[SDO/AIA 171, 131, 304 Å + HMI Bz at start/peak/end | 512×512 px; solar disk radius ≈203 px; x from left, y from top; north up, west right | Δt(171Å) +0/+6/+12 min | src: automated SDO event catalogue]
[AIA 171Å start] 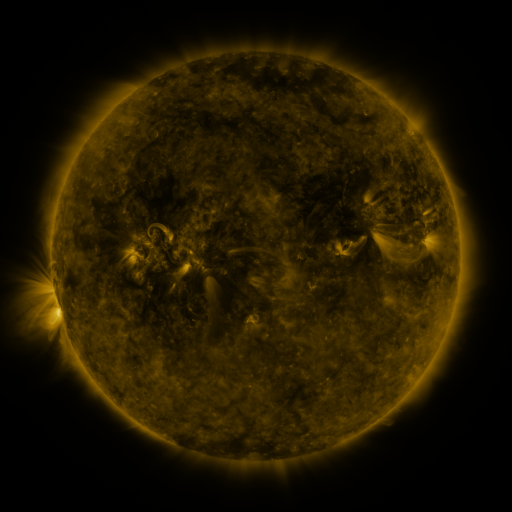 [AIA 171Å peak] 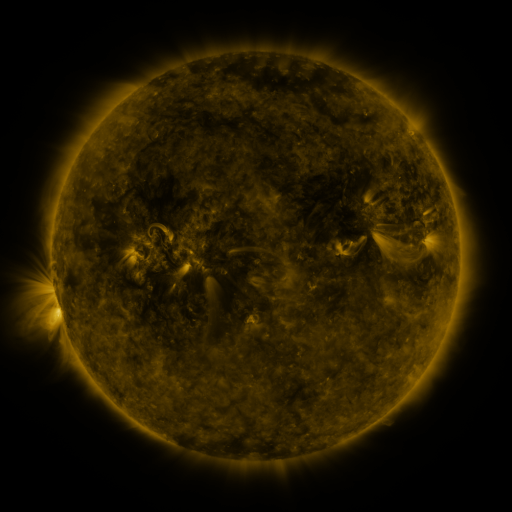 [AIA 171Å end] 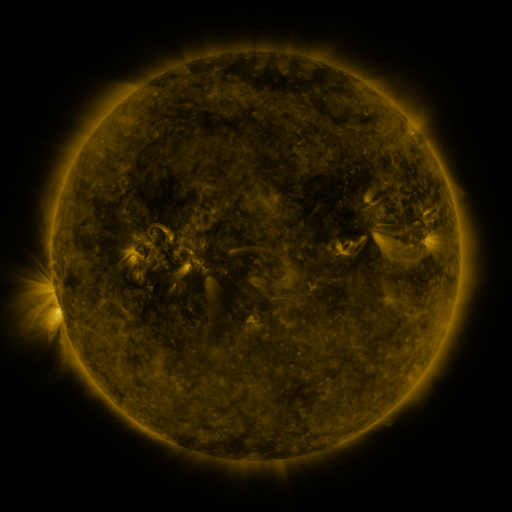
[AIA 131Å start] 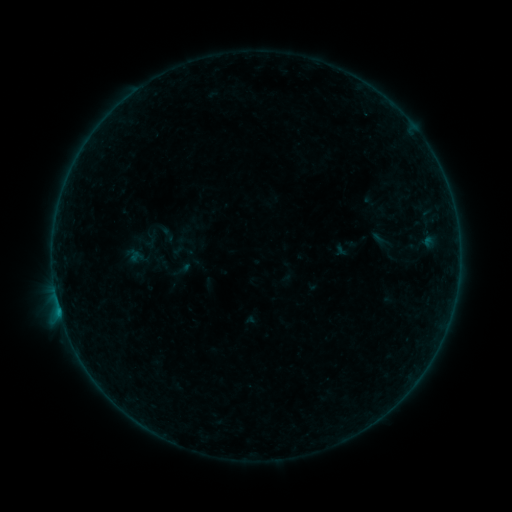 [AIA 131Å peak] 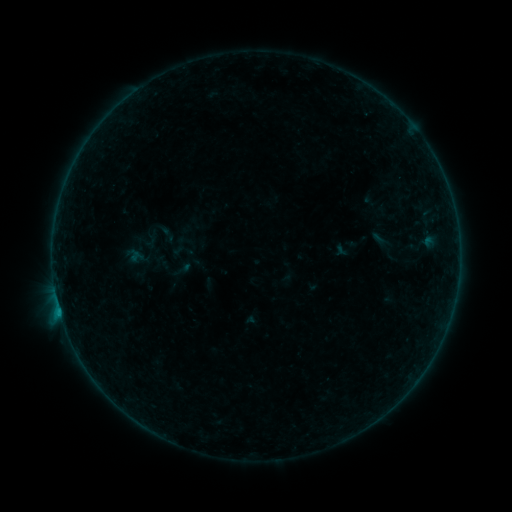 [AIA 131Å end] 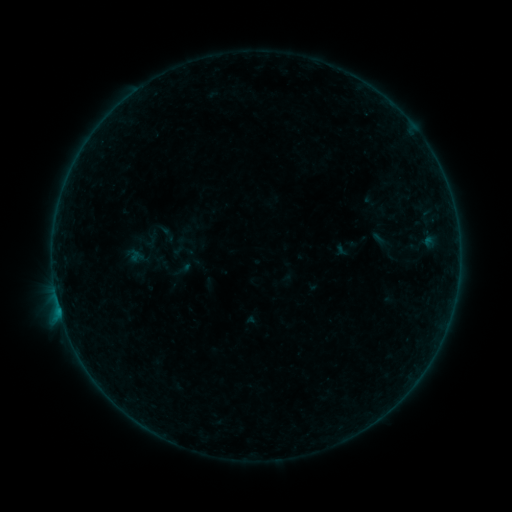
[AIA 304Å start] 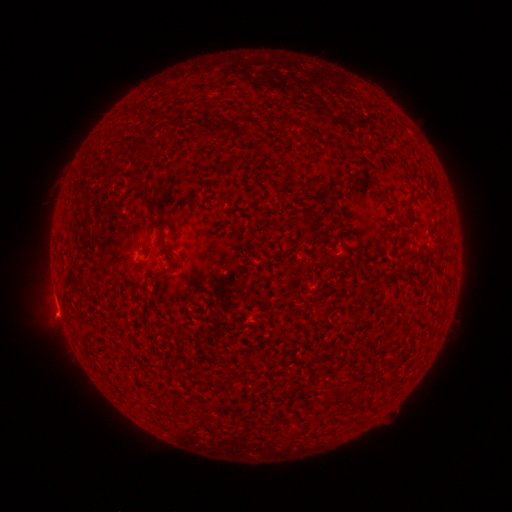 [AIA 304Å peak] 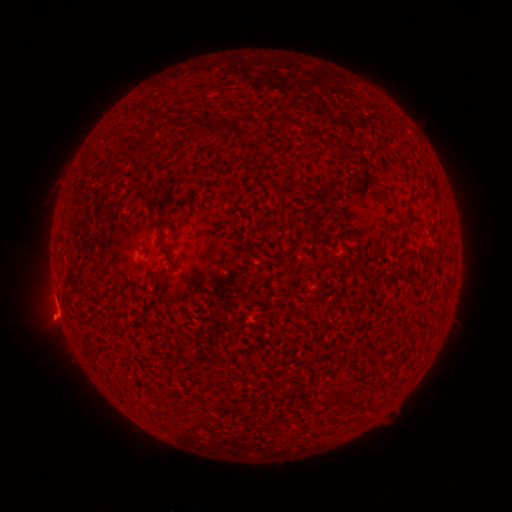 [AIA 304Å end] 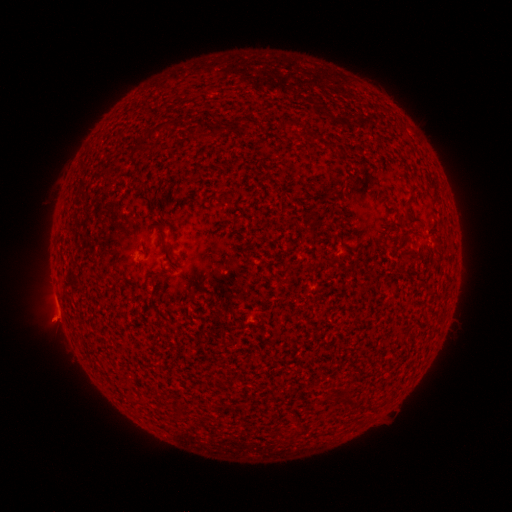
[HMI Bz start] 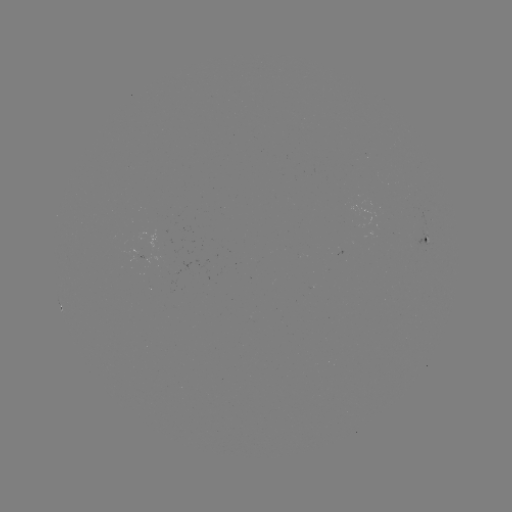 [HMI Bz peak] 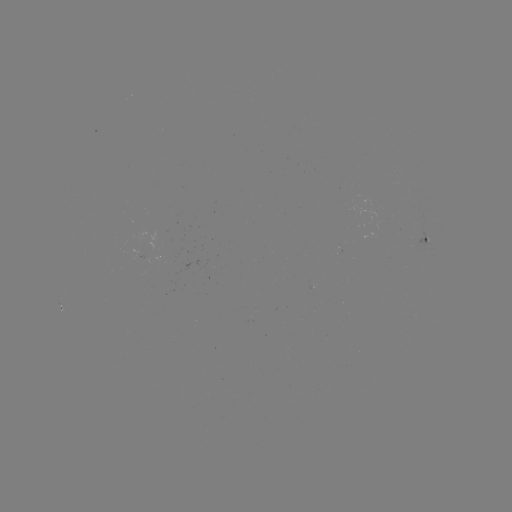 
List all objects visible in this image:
B1.5 flare: (60, 312)
